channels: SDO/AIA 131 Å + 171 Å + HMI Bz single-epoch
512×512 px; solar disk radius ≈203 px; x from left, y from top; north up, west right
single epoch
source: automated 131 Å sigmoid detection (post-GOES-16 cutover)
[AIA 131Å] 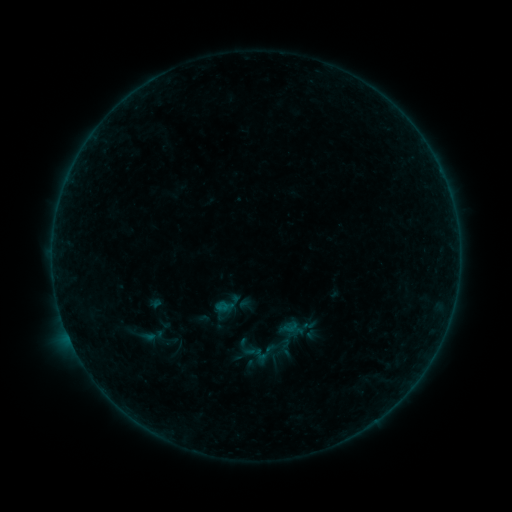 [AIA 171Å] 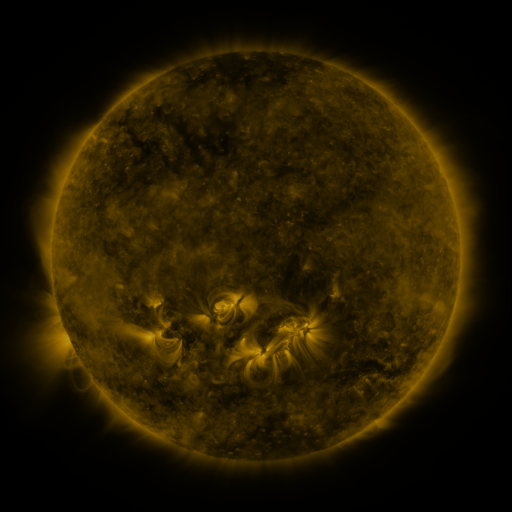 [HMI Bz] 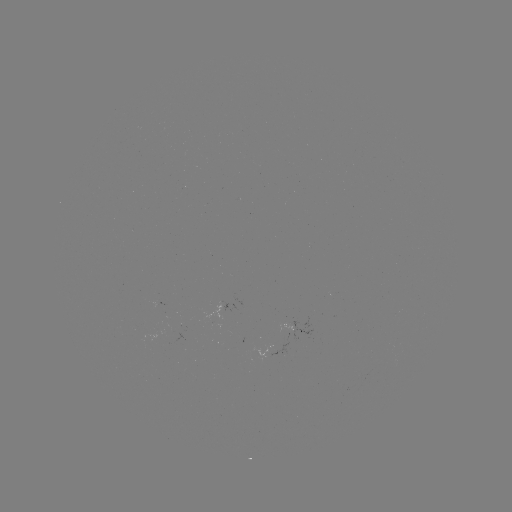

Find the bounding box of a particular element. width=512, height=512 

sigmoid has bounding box [249, 337, 282, 370].